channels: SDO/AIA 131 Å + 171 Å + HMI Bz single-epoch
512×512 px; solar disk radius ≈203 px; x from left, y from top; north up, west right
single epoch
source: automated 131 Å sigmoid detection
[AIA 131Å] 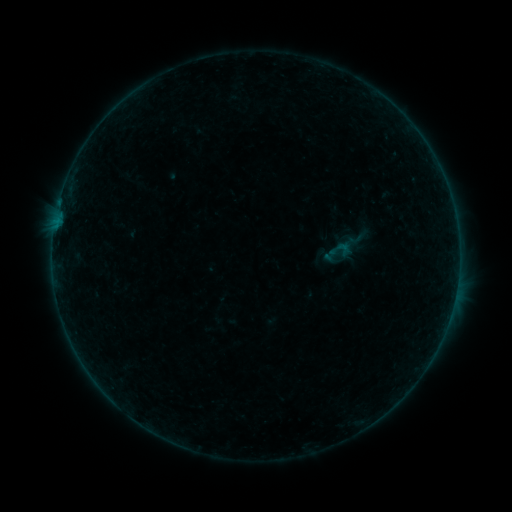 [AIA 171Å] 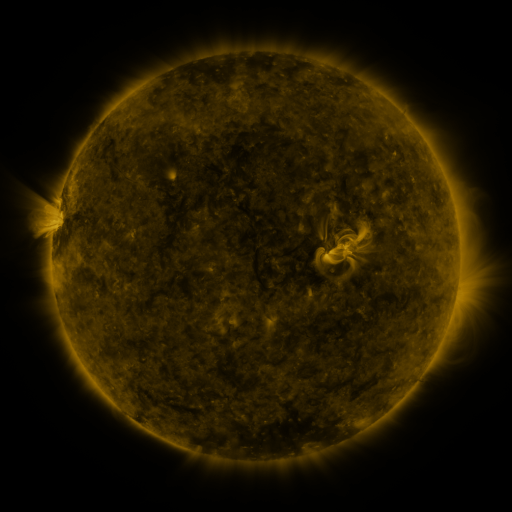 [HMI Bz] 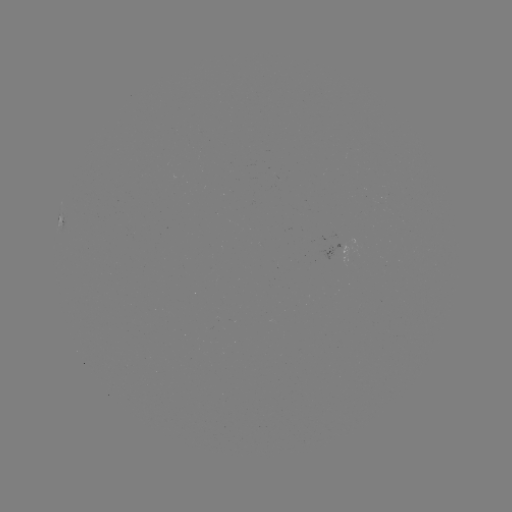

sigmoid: [328, 236, 352, 263]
